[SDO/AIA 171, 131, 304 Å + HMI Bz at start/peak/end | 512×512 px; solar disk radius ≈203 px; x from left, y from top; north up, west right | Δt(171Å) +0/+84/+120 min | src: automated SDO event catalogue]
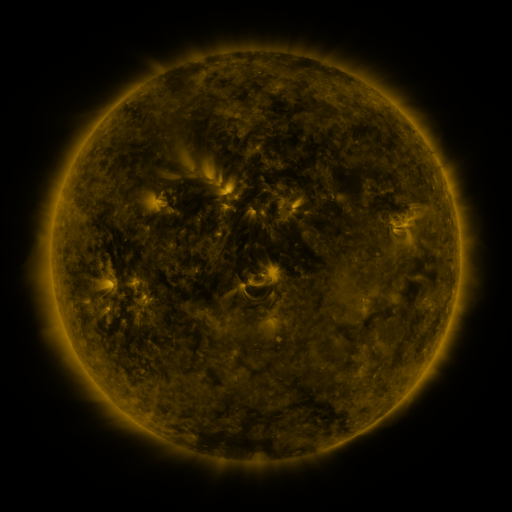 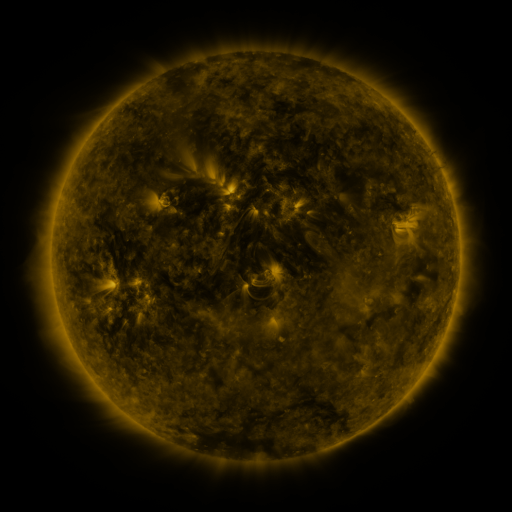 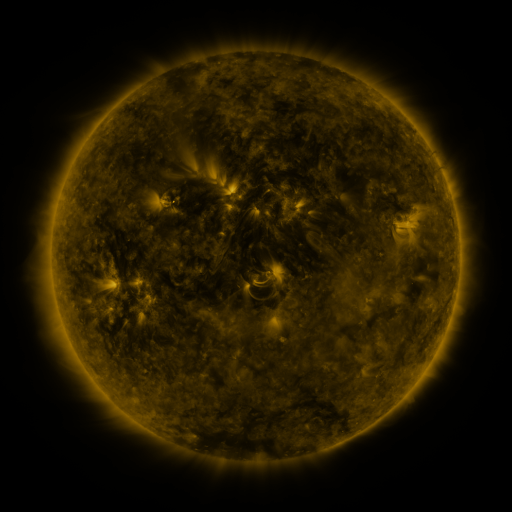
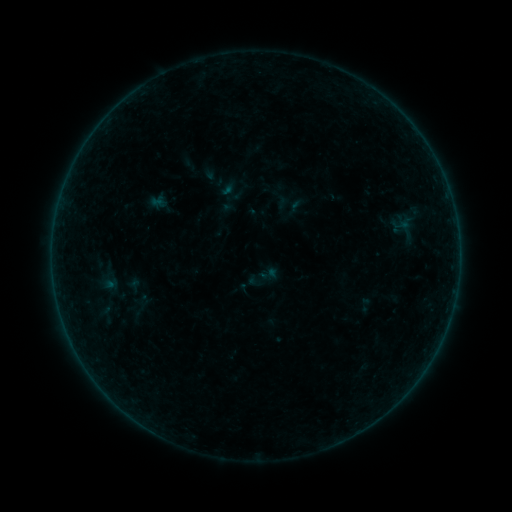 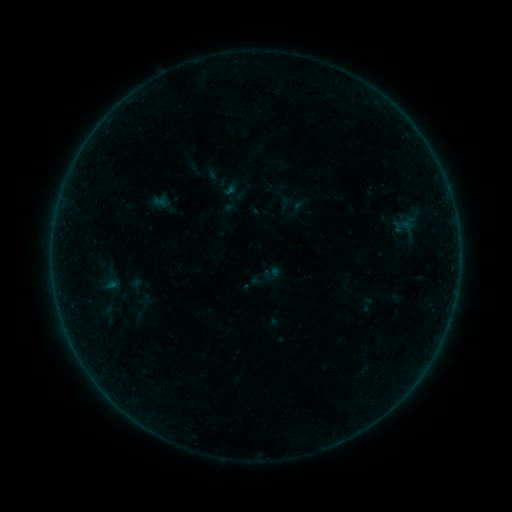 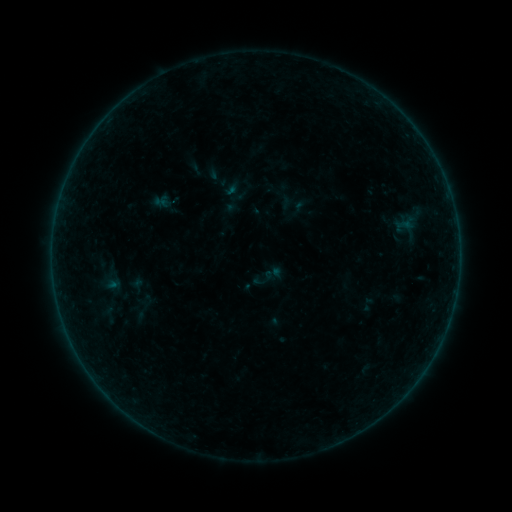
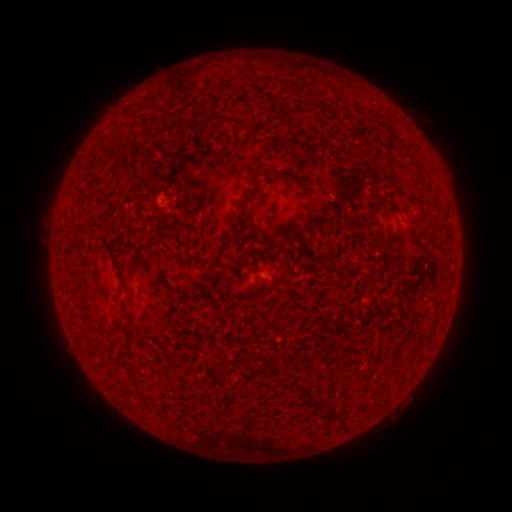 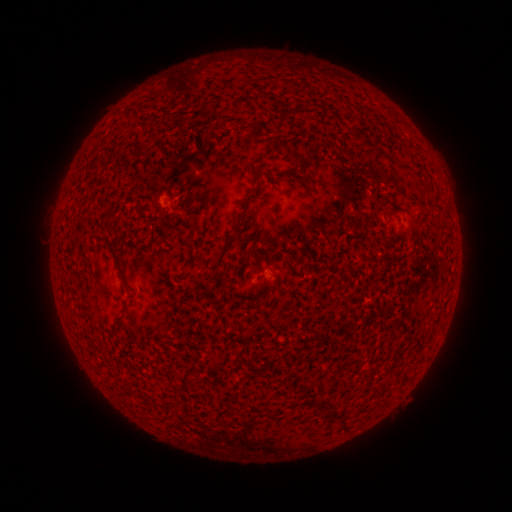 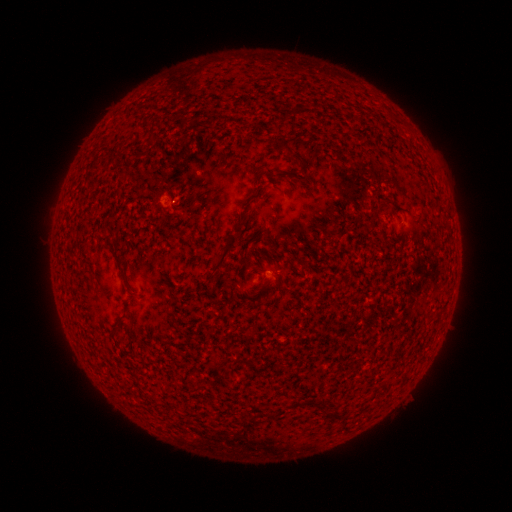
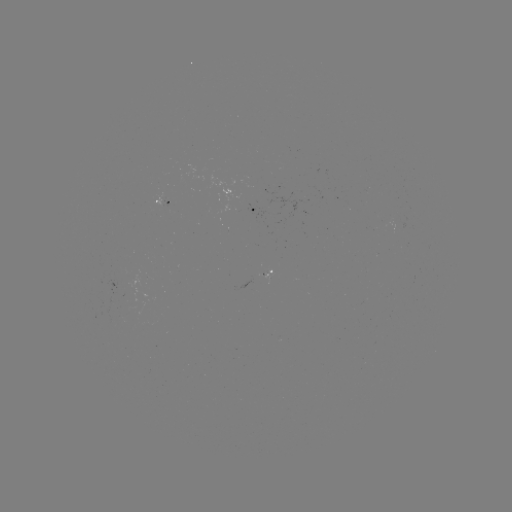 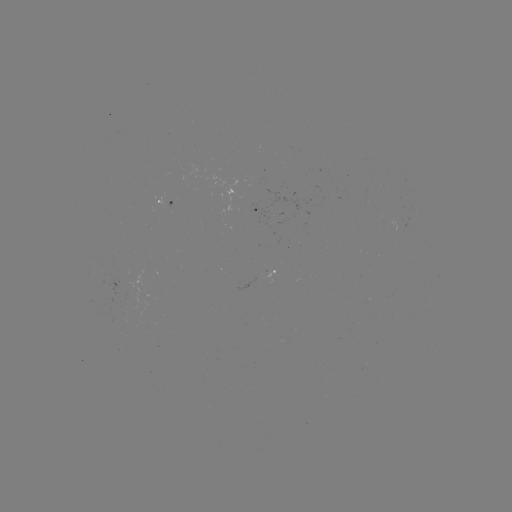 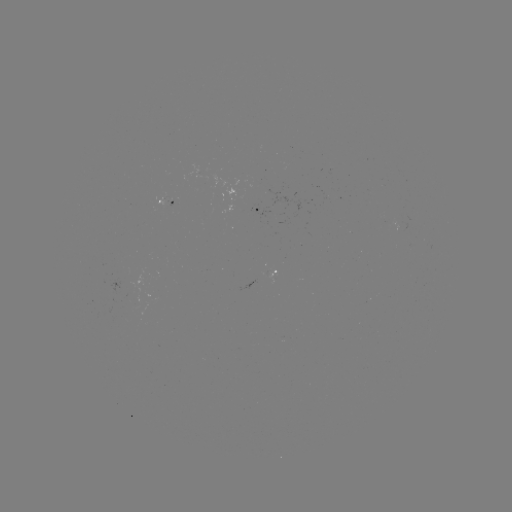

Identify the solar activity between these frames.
emerging-flux region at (269, 273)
